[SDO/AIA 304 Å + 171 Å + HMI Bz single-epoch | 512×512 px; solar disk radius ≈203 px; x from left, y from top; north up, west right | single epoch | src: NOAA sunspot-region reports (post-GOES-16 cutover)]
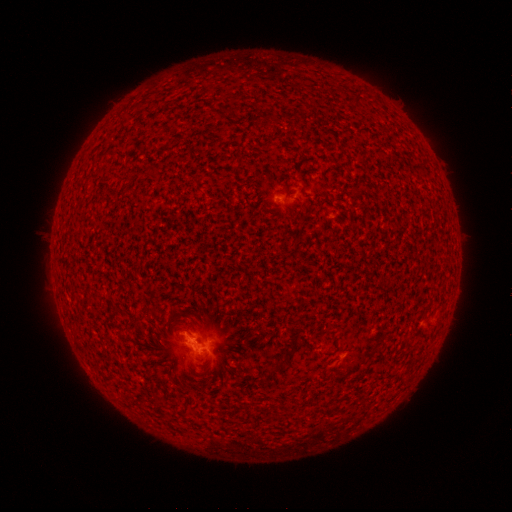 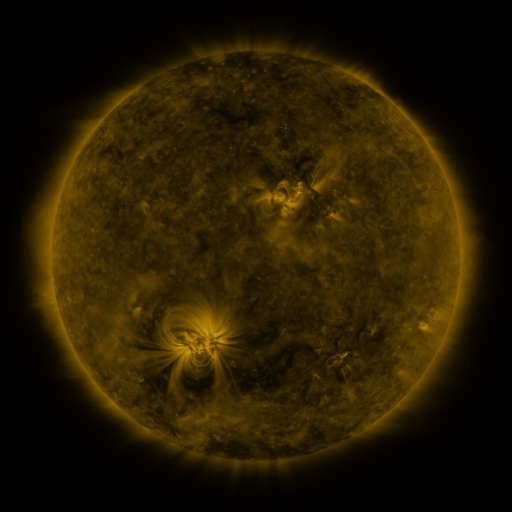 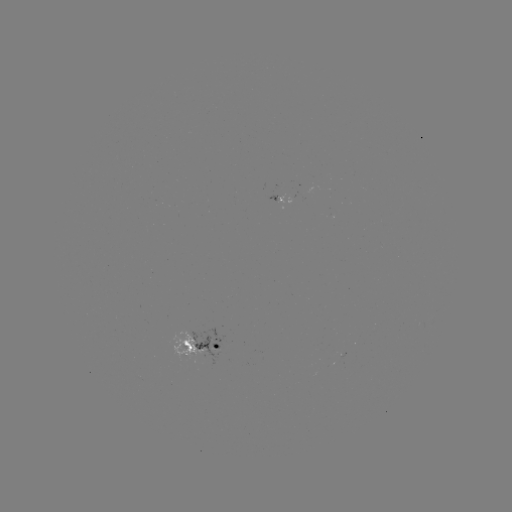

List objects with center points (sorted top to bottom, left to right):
spotted active region: (276, 198)
spotted active region: (204, 346)
